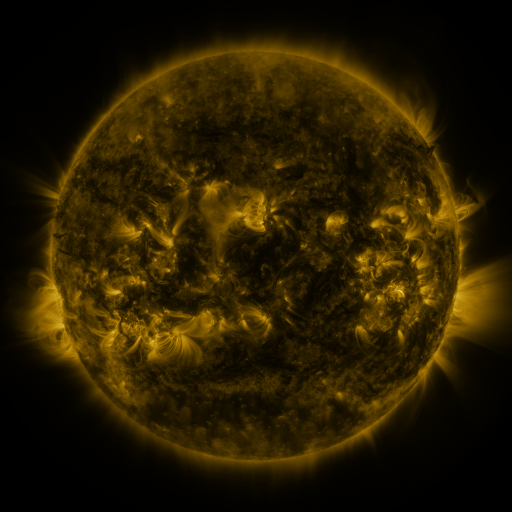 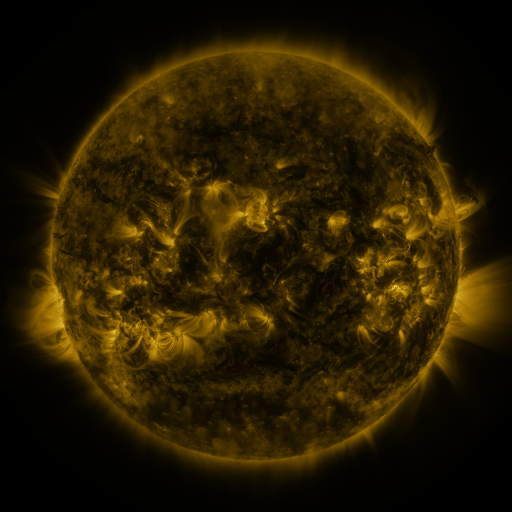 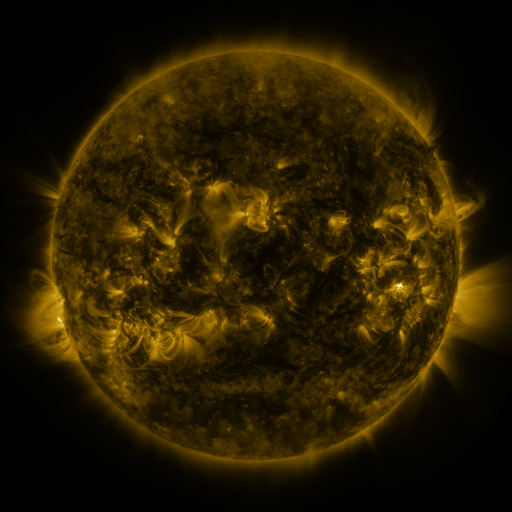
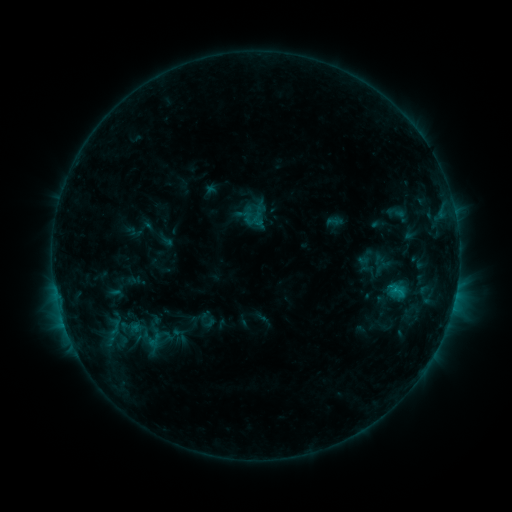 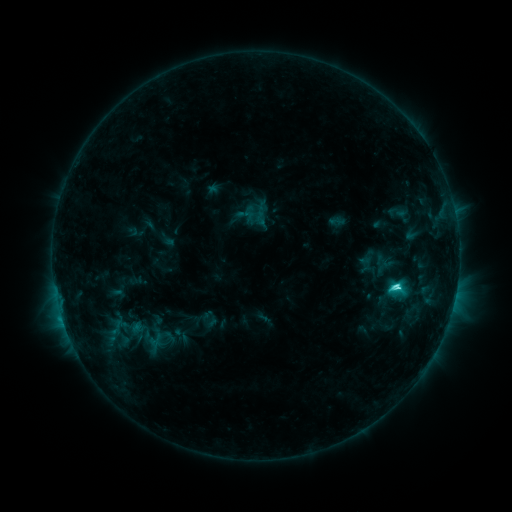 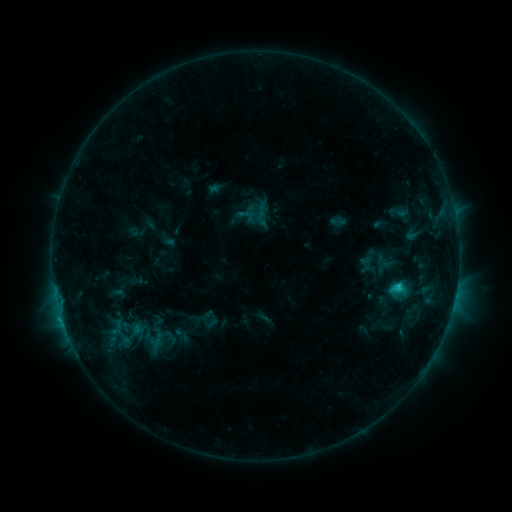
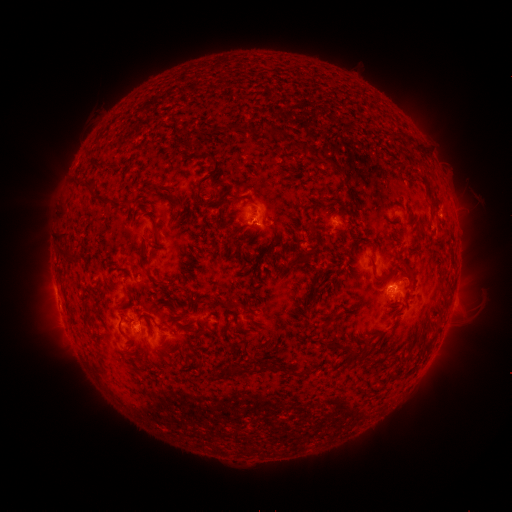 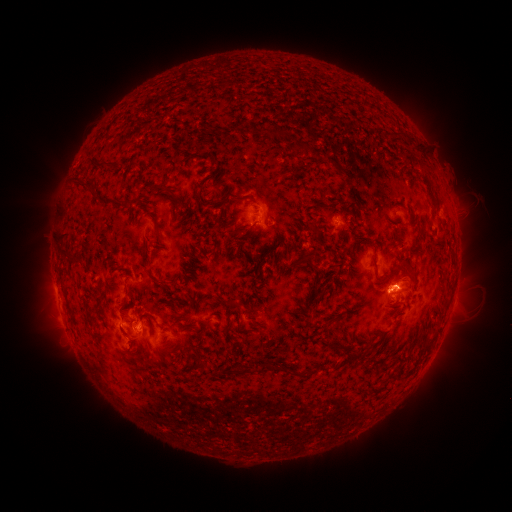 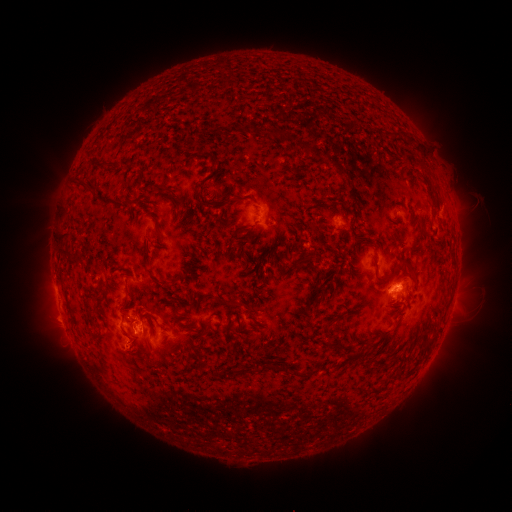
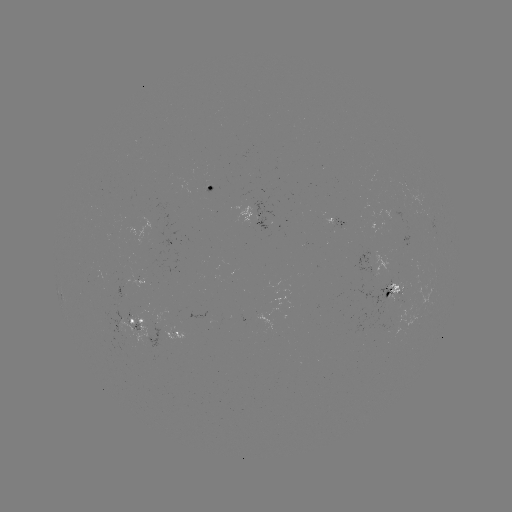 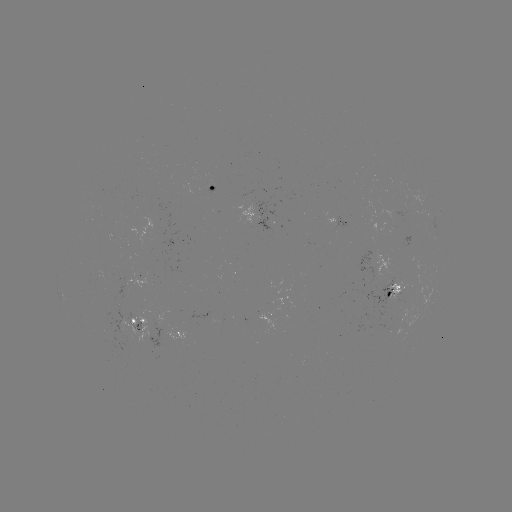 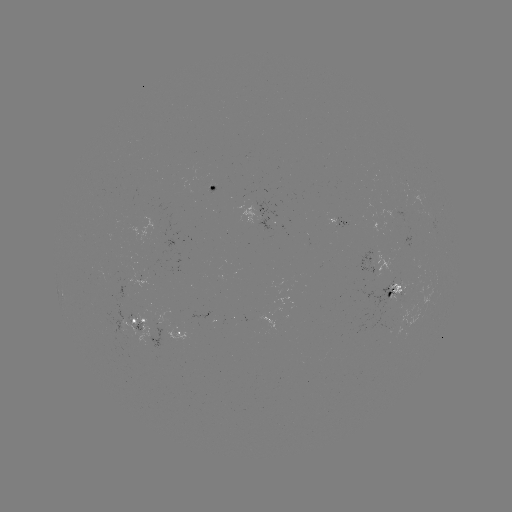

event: emerging-flux region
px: (334, 218)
